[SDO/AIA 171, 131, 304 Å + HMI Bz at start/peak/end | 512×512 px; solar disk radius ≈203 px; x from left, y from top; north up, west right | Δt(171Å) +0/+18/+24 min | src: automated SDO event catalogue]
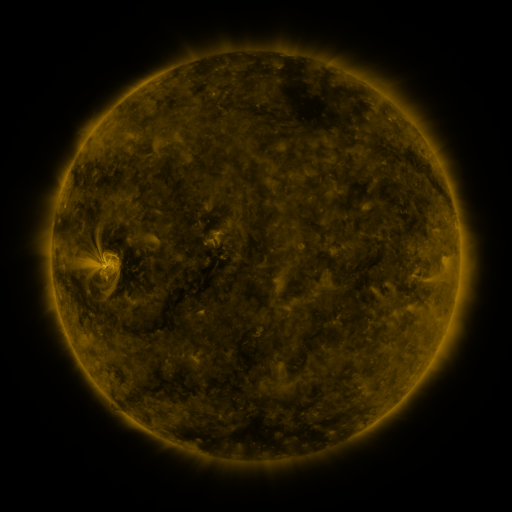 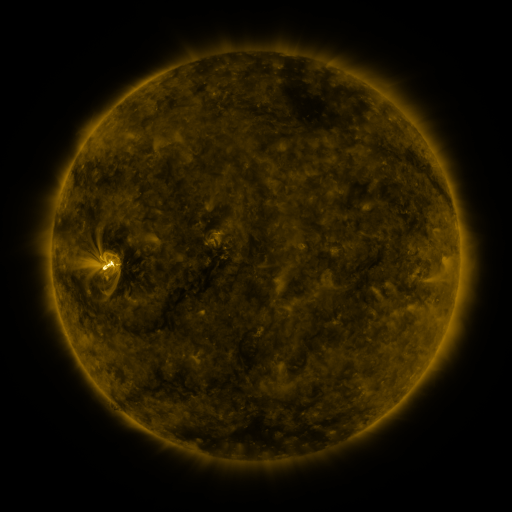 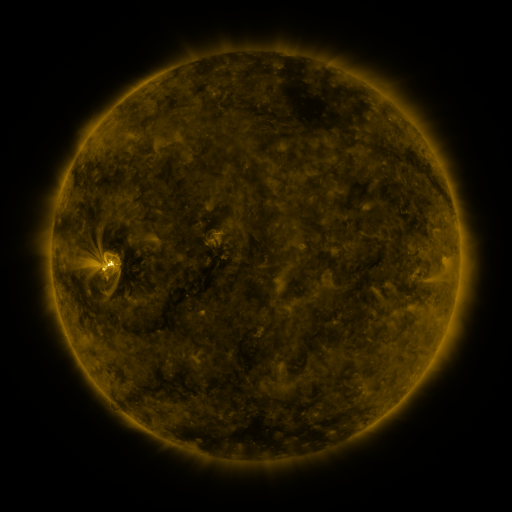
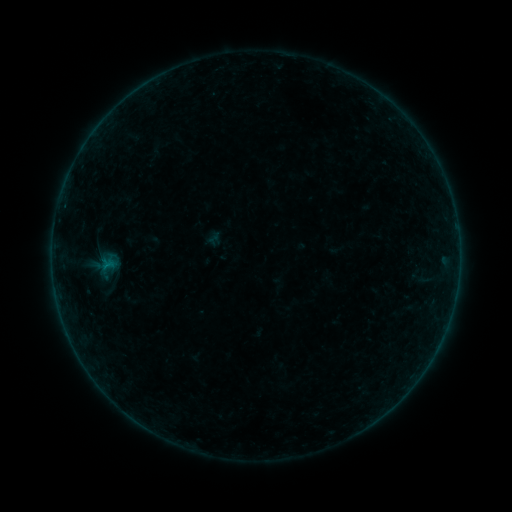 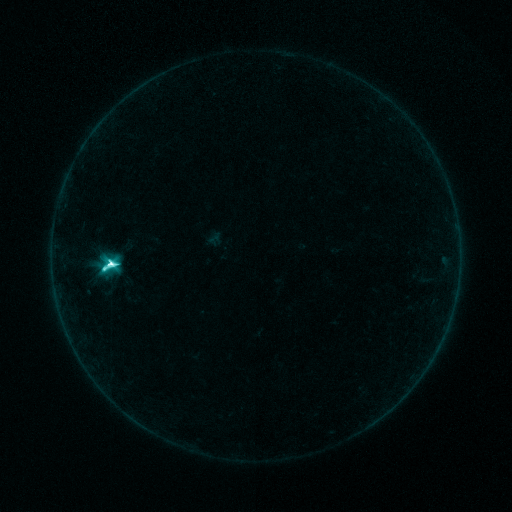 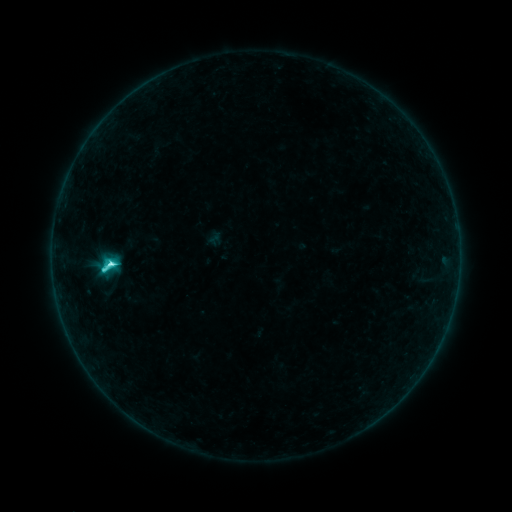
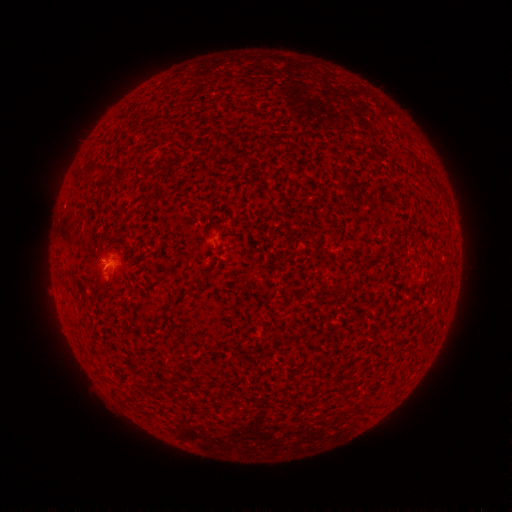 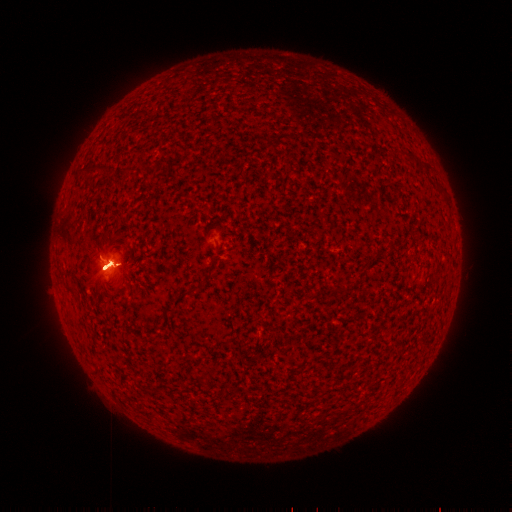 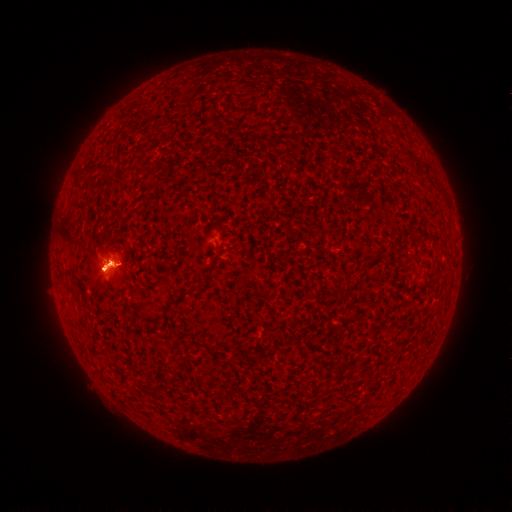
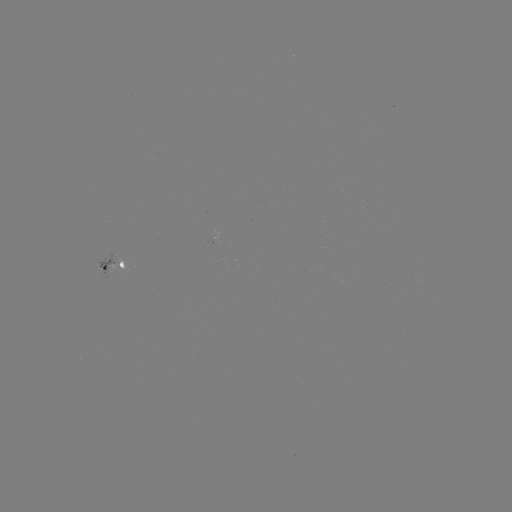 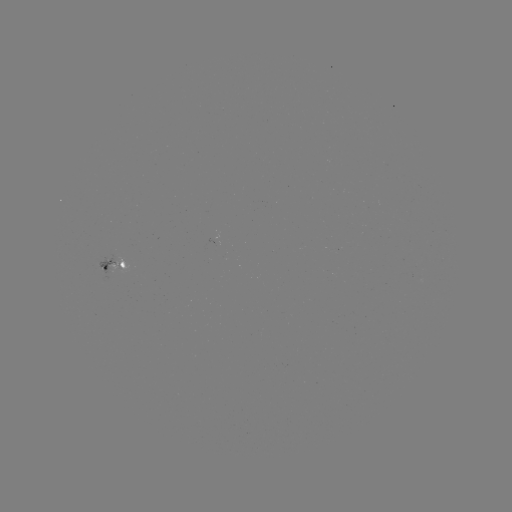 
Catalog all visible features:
C8.1 flare: (112, 261)
